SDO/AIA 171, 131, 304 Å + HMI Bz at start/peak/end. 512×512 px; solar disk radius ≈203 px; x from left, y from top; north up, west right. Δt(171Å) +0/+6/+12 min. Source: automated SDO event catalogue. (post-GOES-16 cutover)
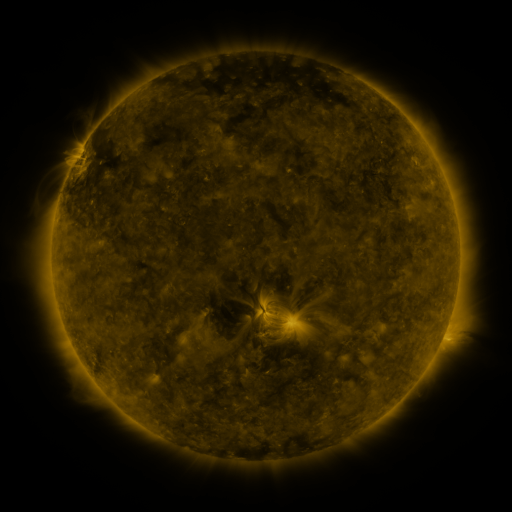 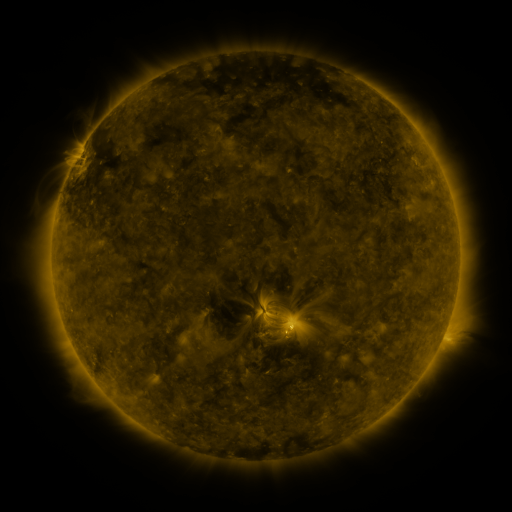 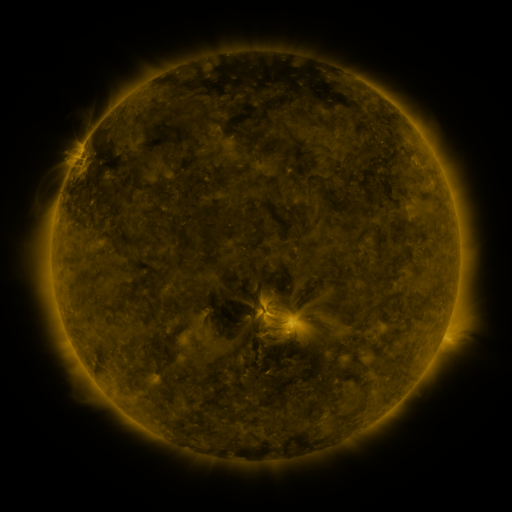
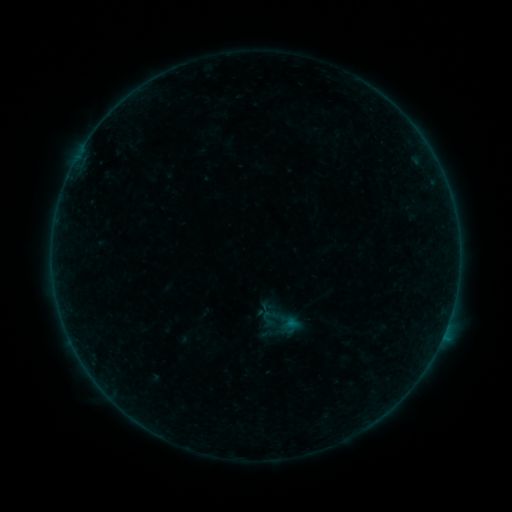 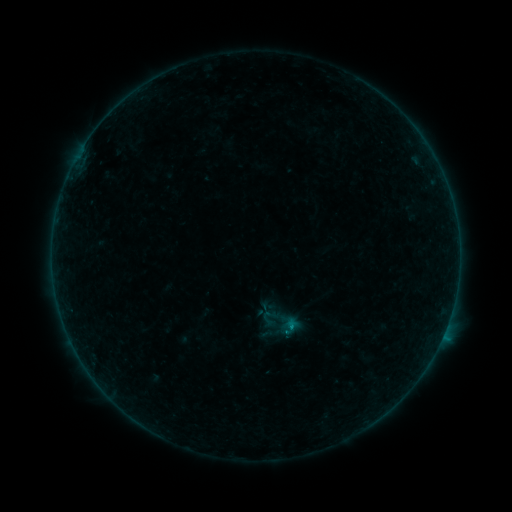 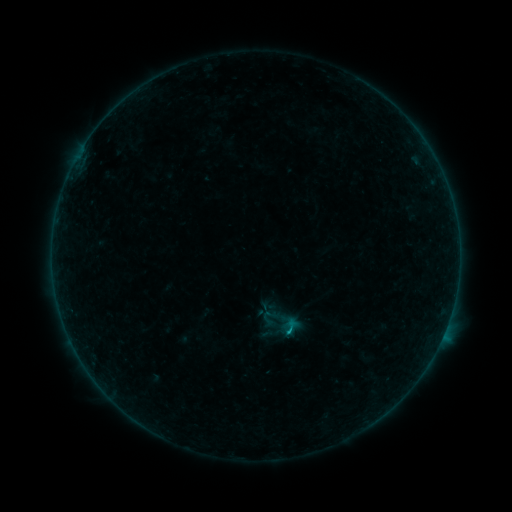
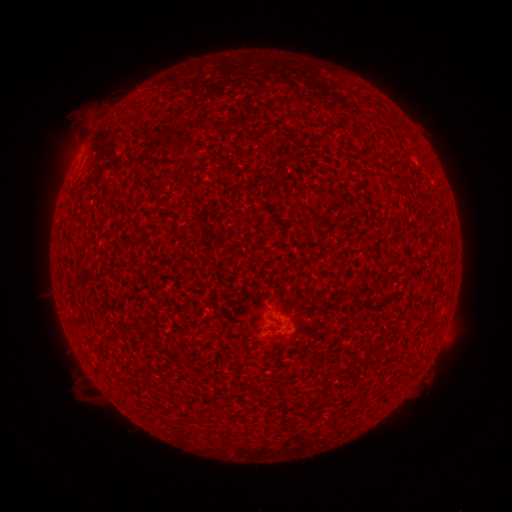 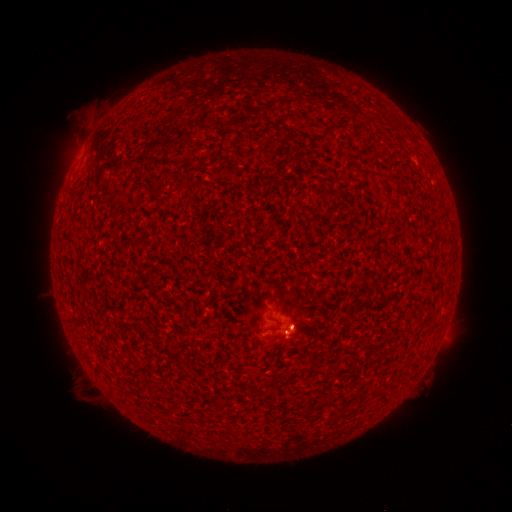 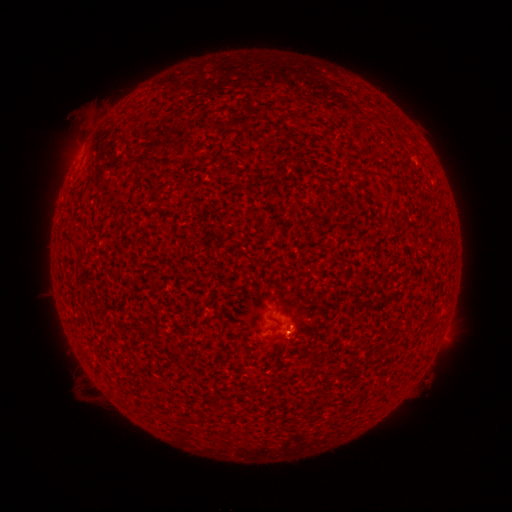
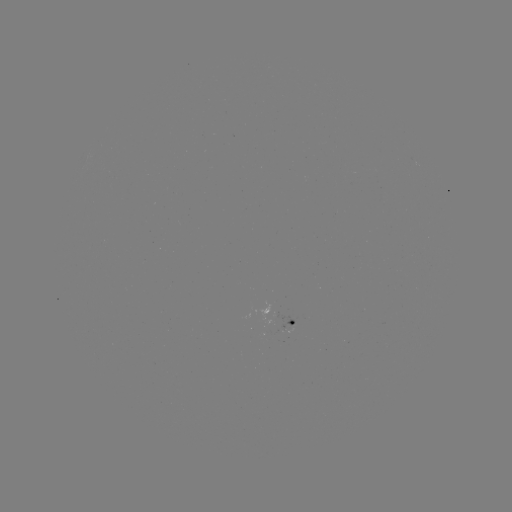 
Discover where eruption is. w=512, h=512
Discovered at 296,331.